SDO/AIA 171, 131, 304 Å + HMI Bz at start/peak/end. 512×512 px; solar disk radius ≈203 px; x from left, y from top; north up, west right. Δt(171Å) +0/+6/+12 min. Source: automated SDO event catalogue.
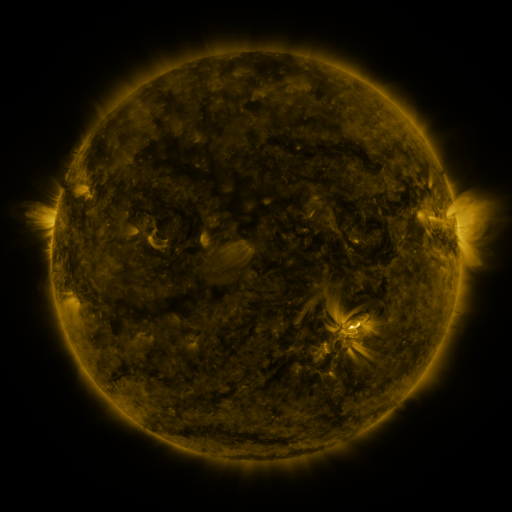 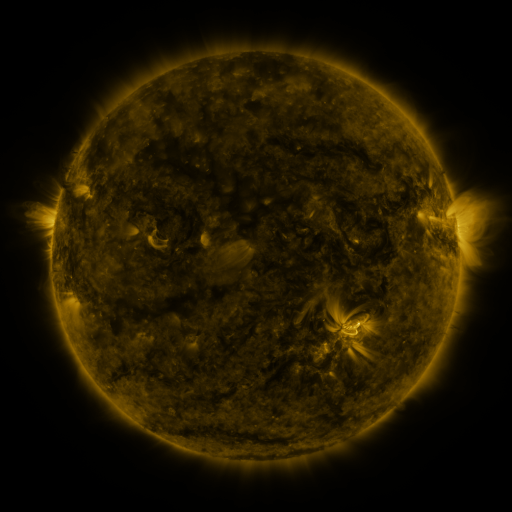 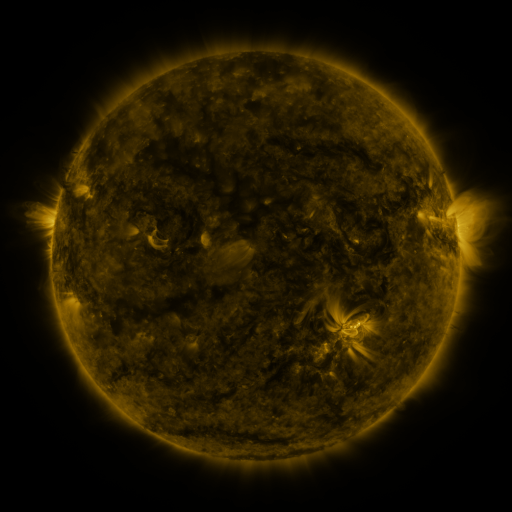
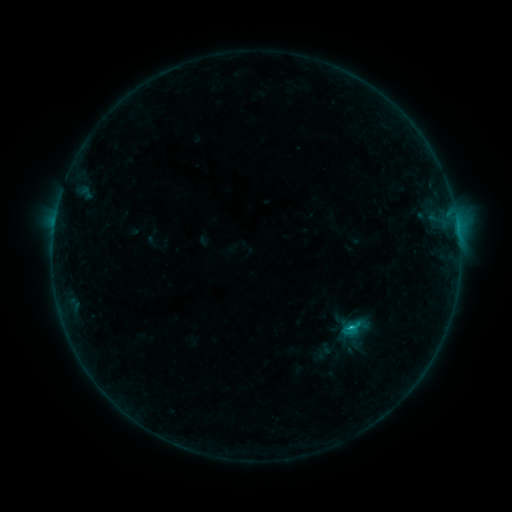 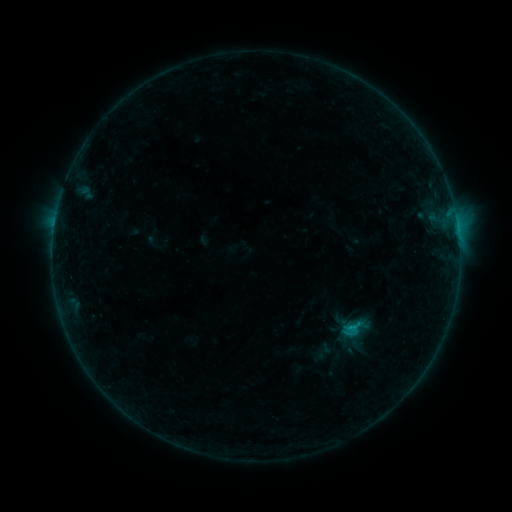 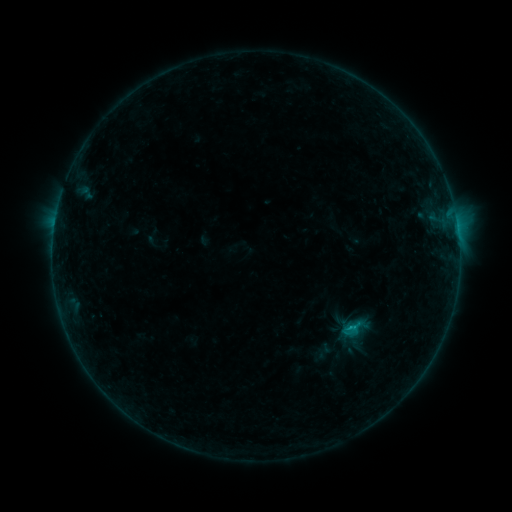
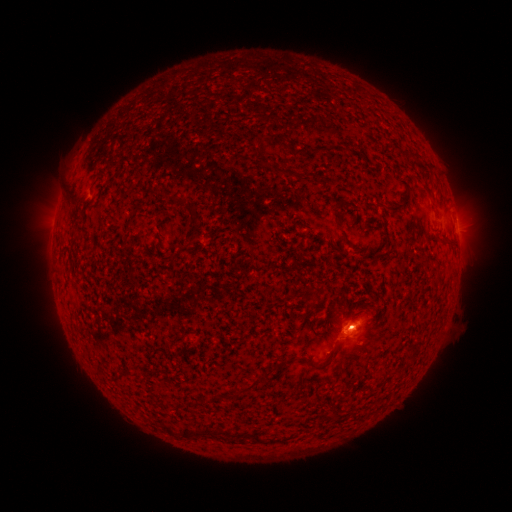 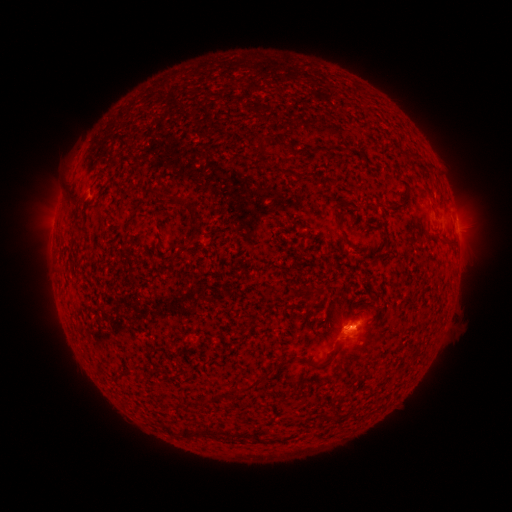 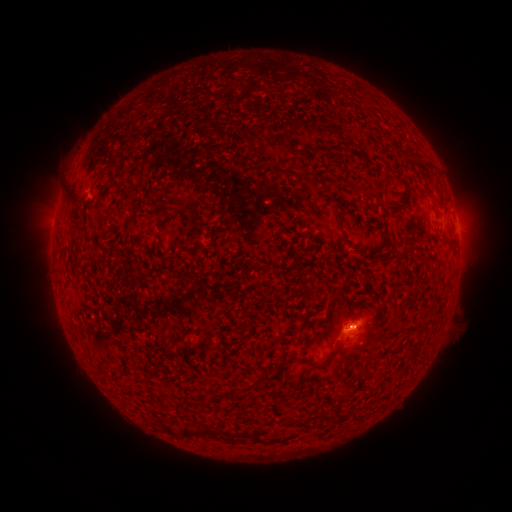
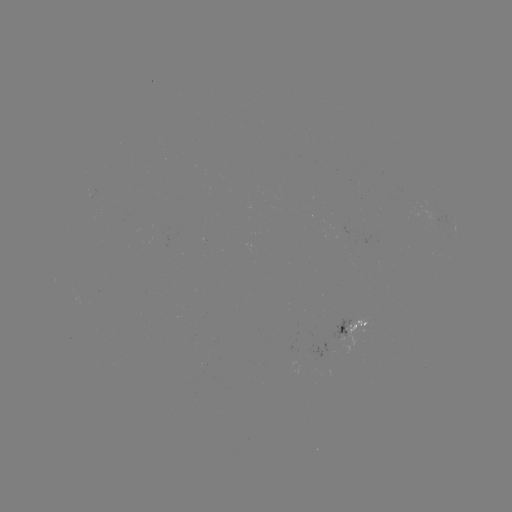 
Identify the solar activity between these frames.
B5.0 flare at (348, 325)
